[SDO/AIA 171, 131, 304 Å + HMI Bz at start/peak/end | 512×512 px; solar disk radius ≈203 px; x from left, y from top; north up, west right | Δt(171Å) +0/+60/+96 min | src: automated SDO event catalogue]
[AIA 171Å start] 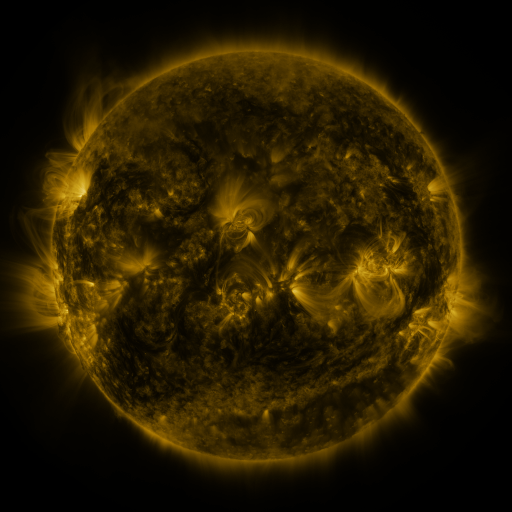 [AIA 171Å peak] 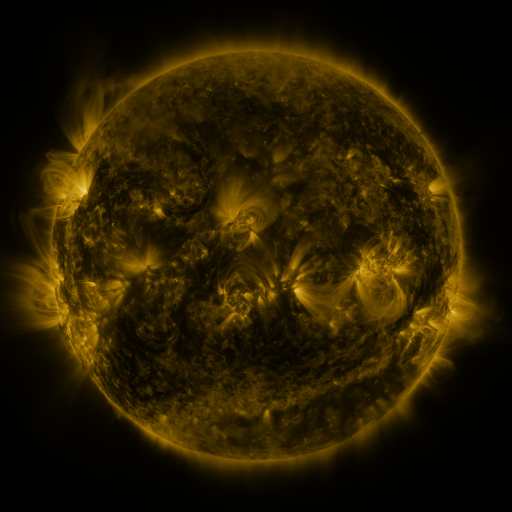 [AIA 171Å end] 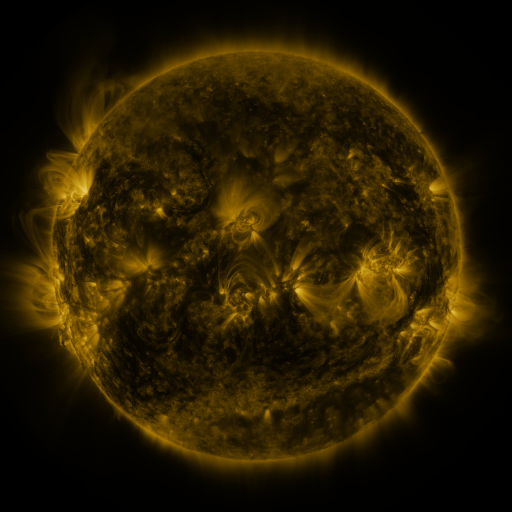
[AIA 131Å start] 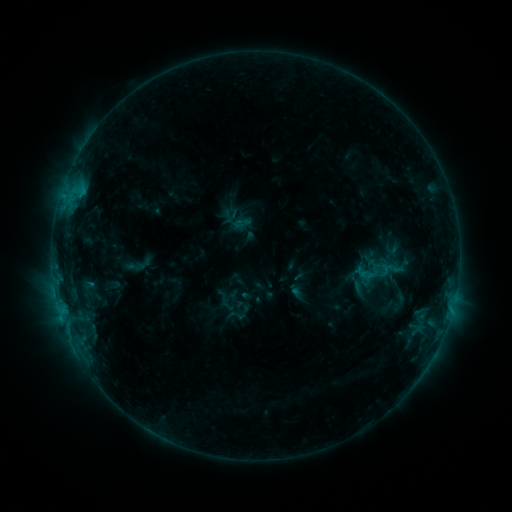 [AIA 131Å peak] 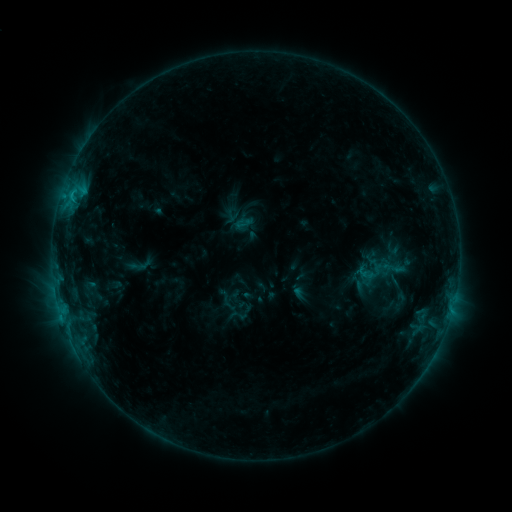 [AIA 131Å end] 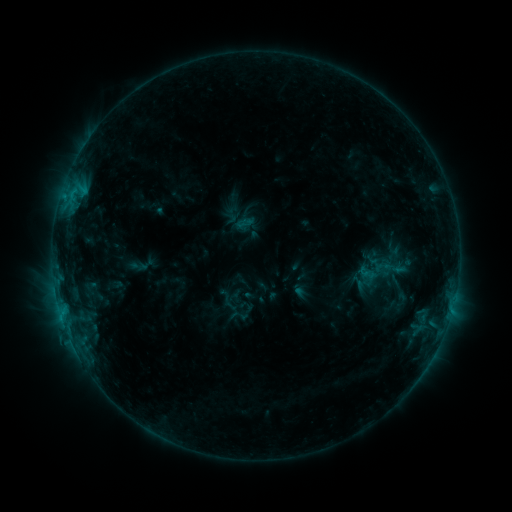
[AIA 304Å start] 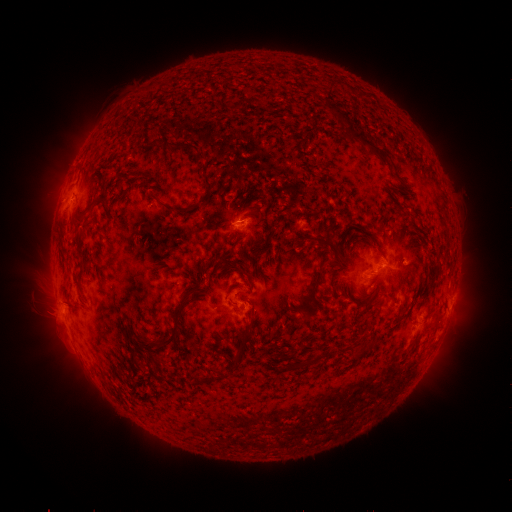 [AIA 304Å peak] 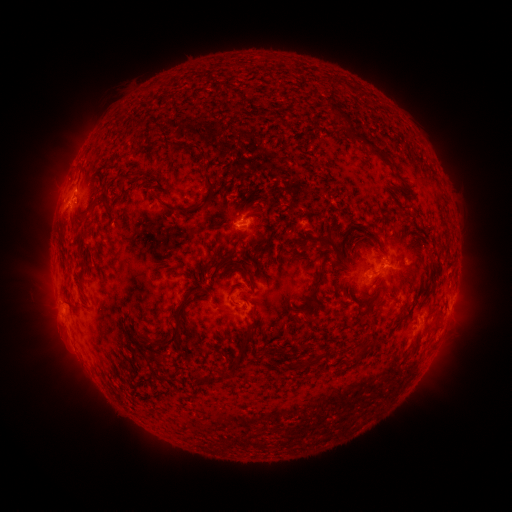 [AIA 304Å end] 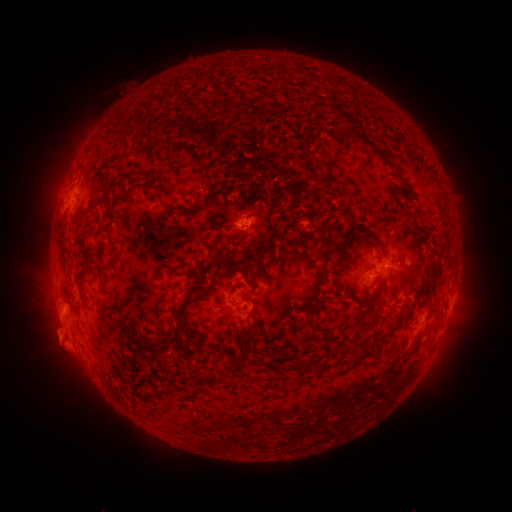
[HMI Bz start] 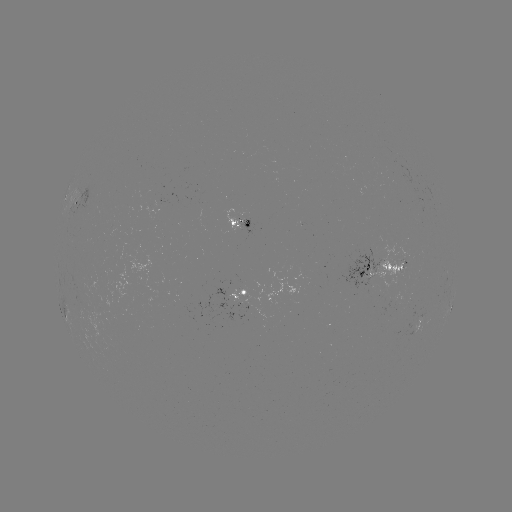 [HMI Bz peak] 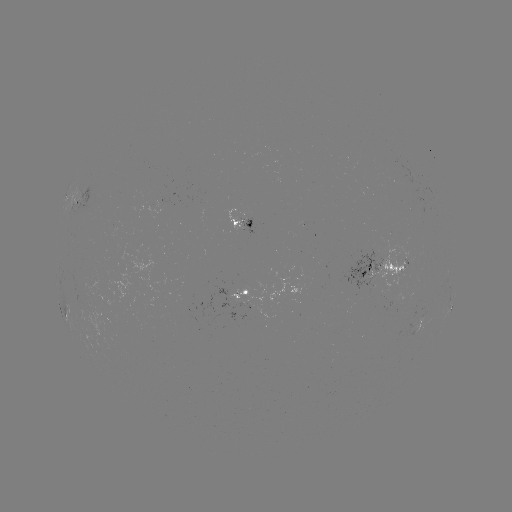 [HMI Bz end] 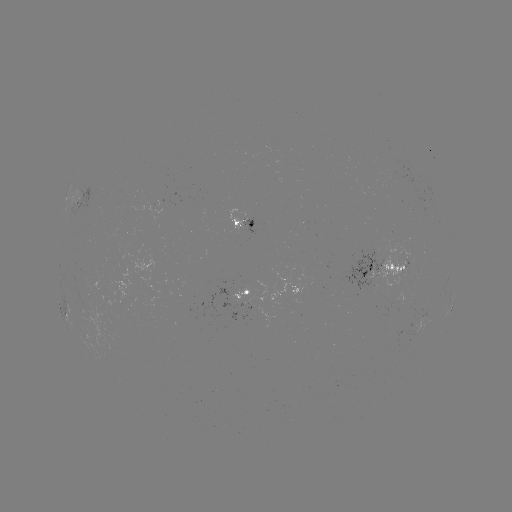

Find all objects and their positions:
emerging-flux region: (399, 307)
